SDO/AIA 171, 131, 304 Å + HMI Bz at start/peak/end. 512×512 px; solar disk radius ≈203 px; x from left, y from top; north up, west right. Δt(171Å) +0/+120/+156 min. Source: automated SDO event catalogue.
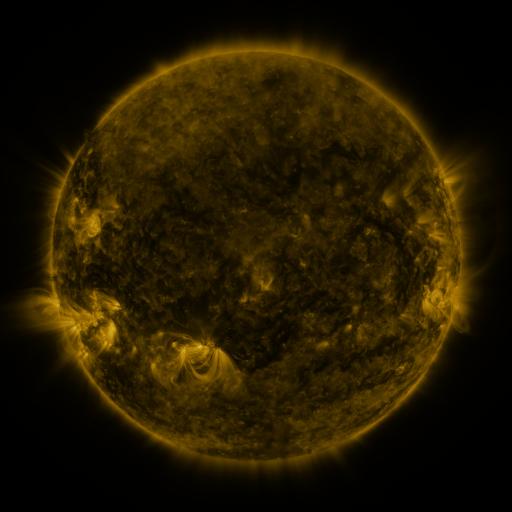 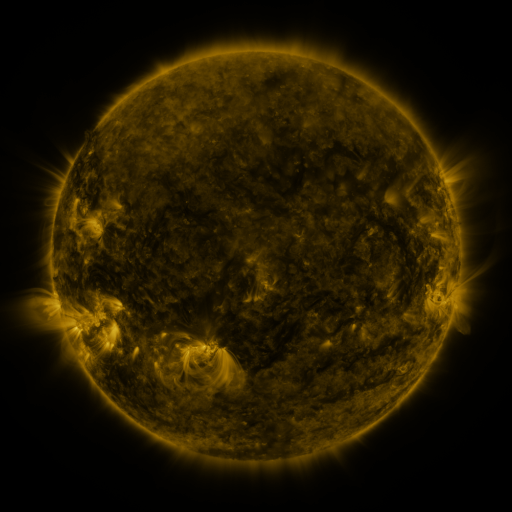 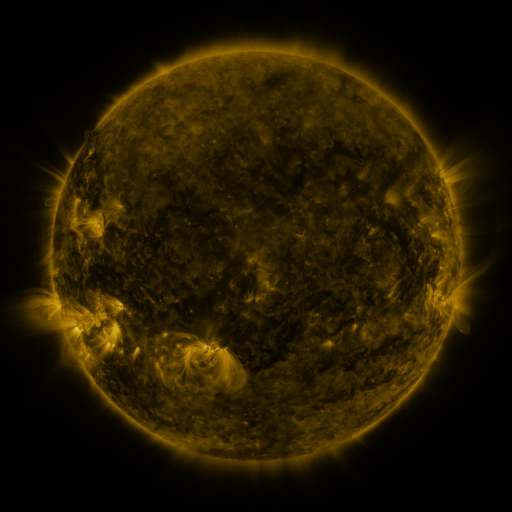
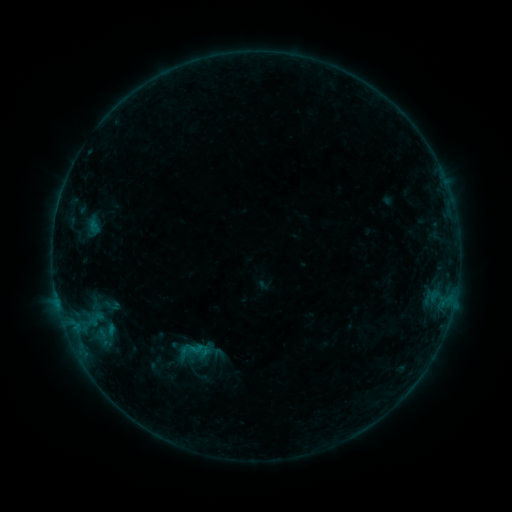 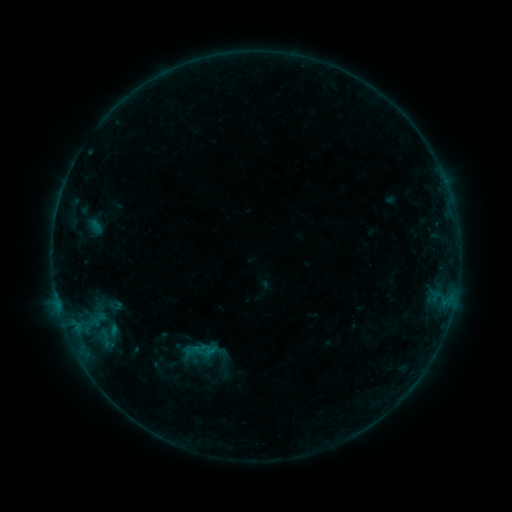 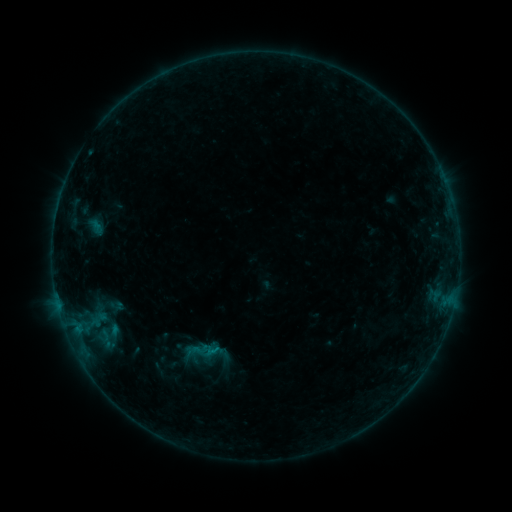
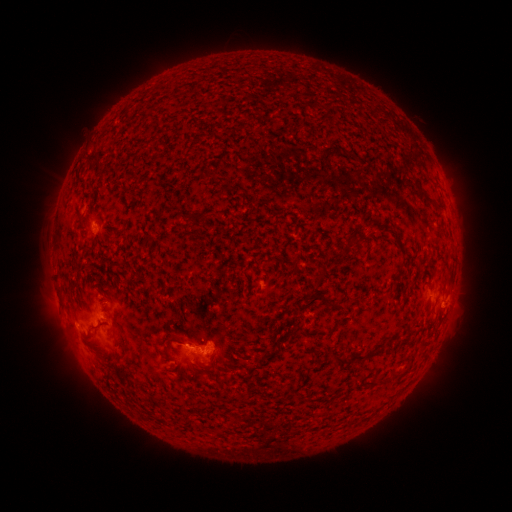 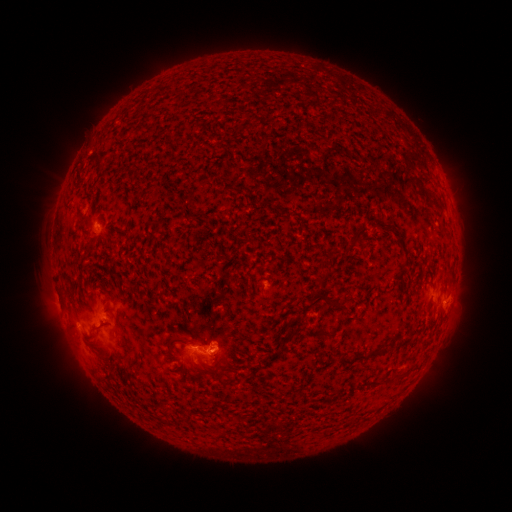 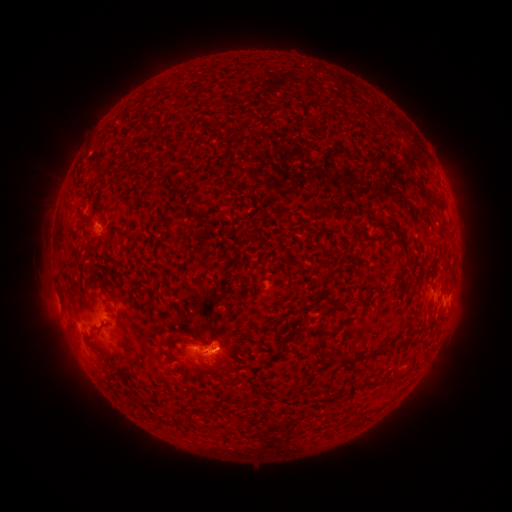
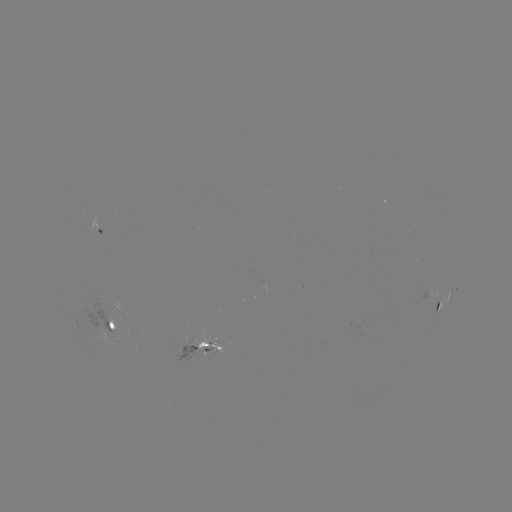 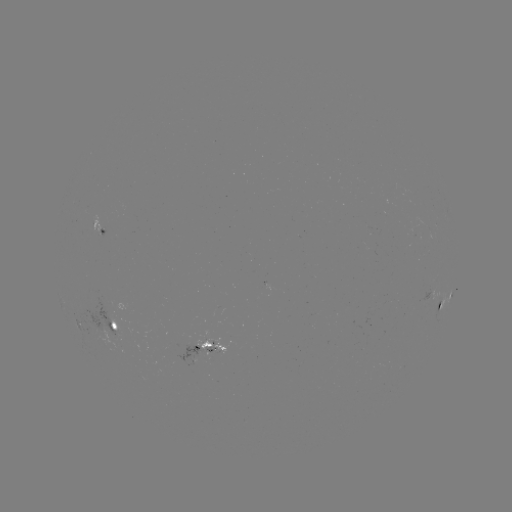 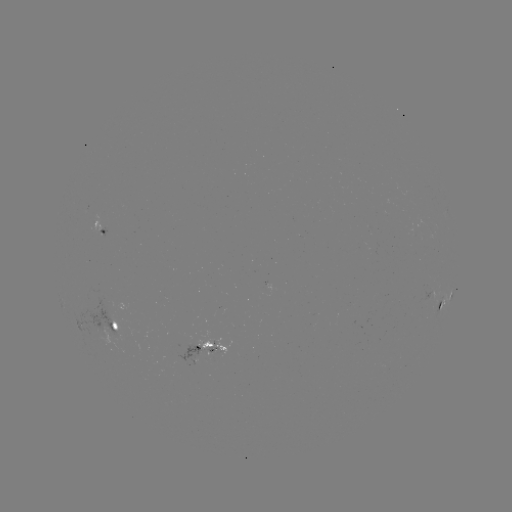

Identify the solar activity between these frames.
emerging-flux region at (190, 345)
